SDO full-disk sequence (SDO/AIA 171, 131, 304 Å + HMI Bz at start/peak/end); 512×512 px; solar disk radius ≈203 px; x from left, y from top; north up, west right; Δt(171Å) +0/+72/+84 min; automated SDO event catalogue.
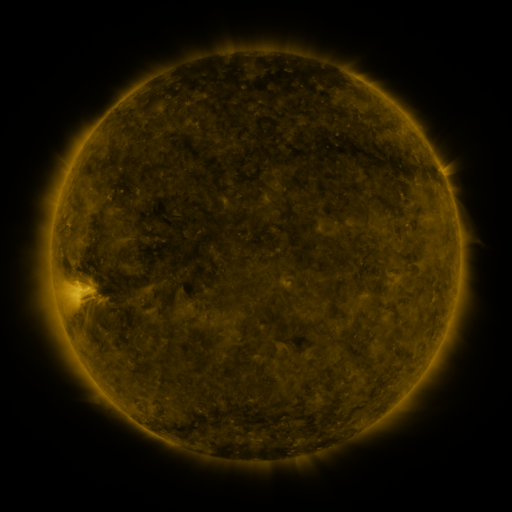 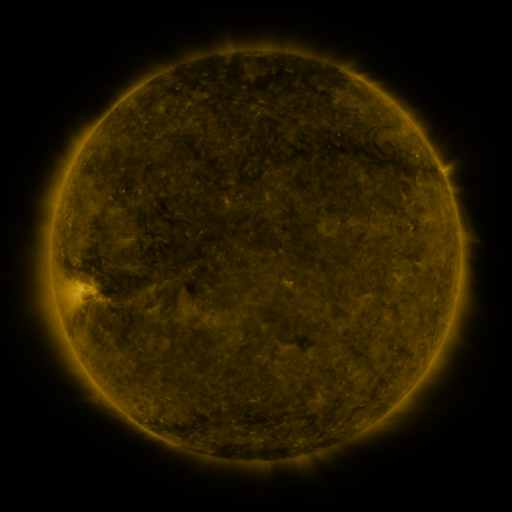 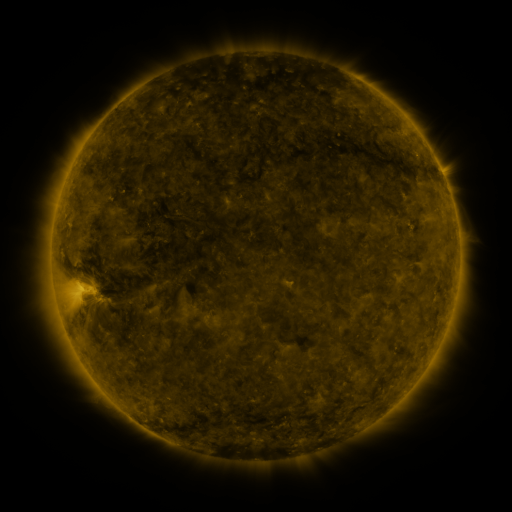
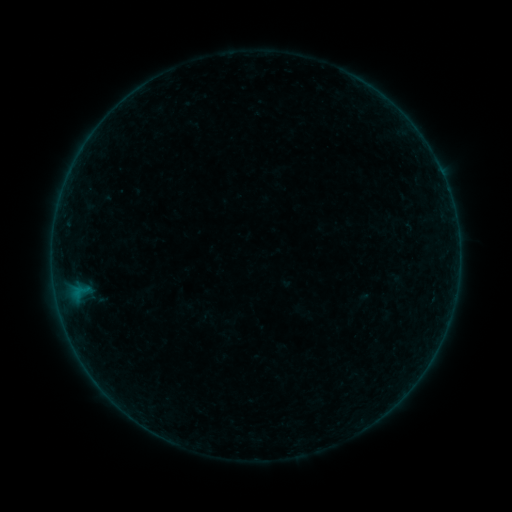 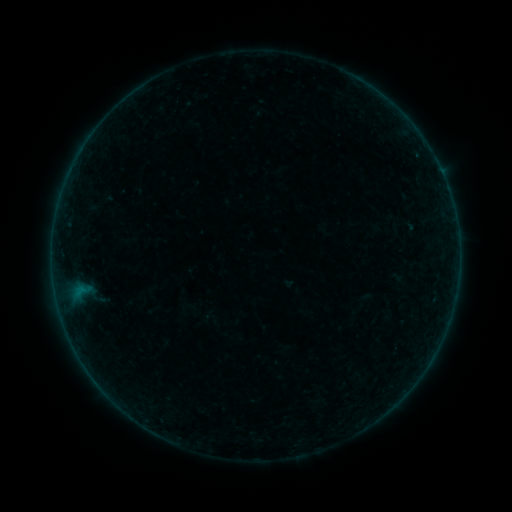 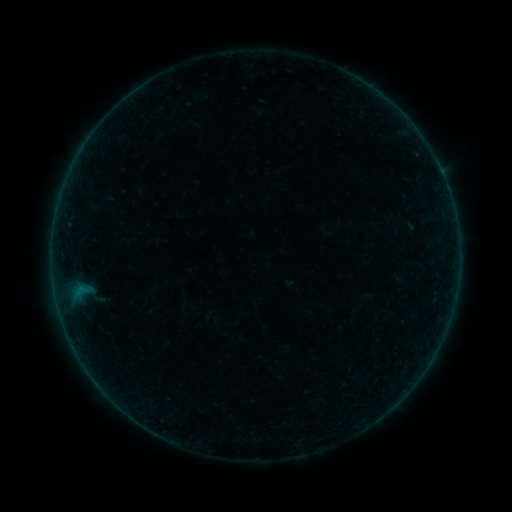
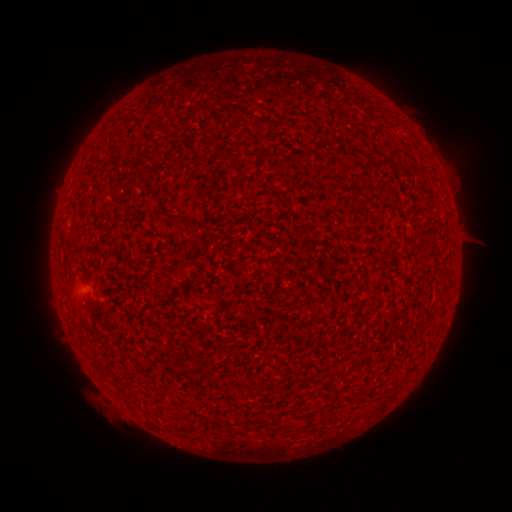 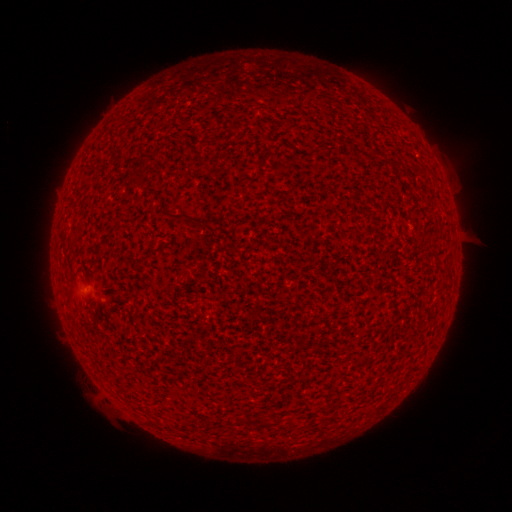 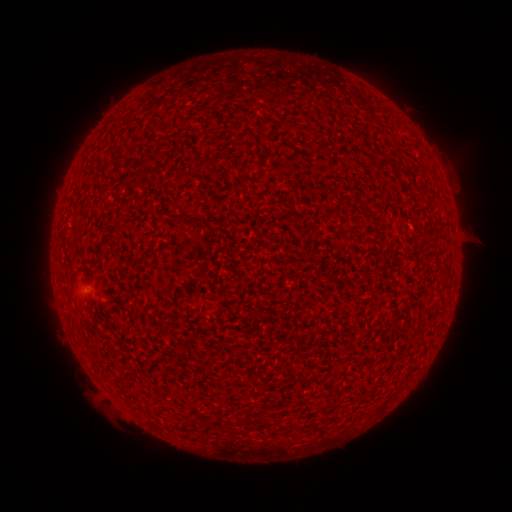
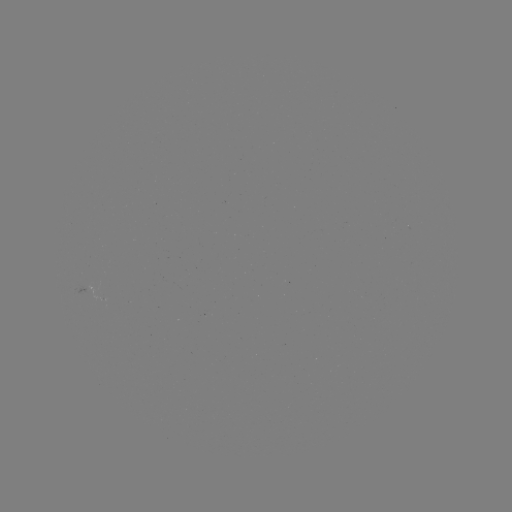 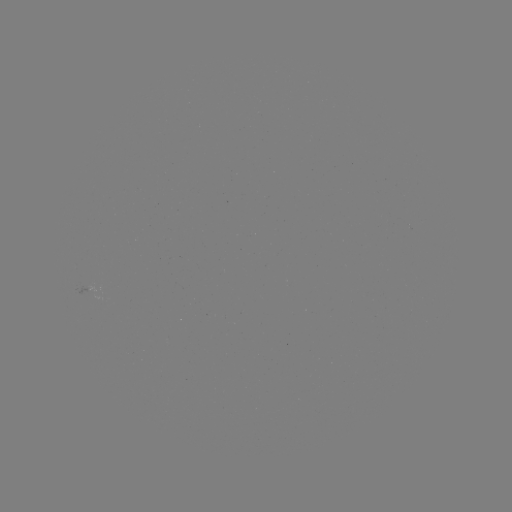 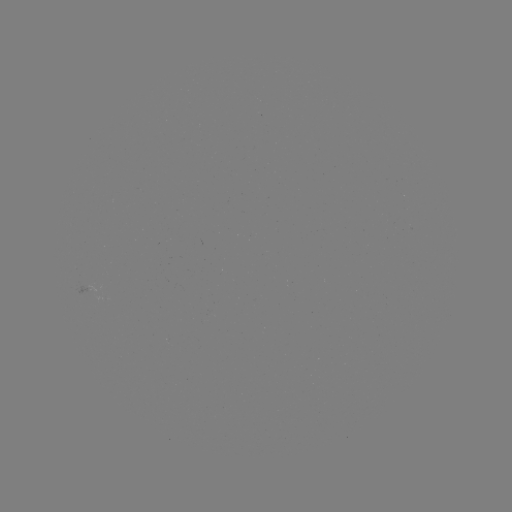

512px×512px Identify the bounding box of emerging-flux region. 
[79, 280, 95, 297].